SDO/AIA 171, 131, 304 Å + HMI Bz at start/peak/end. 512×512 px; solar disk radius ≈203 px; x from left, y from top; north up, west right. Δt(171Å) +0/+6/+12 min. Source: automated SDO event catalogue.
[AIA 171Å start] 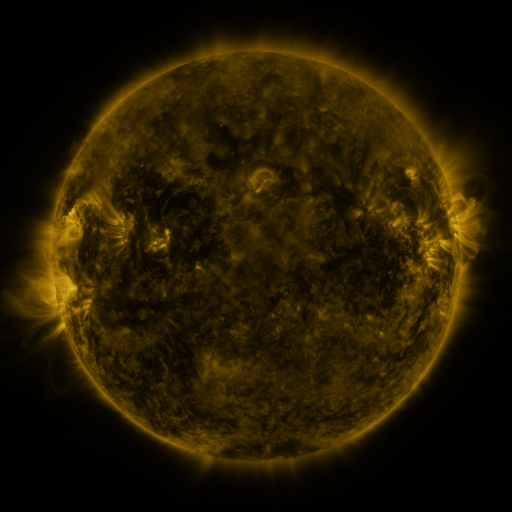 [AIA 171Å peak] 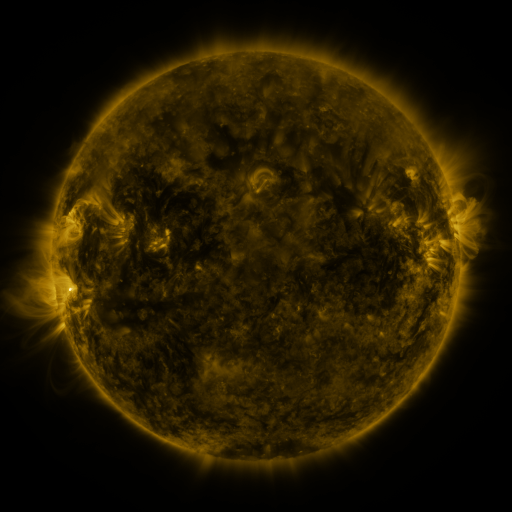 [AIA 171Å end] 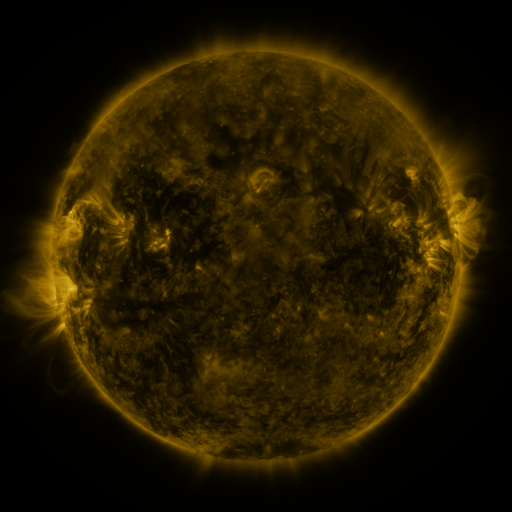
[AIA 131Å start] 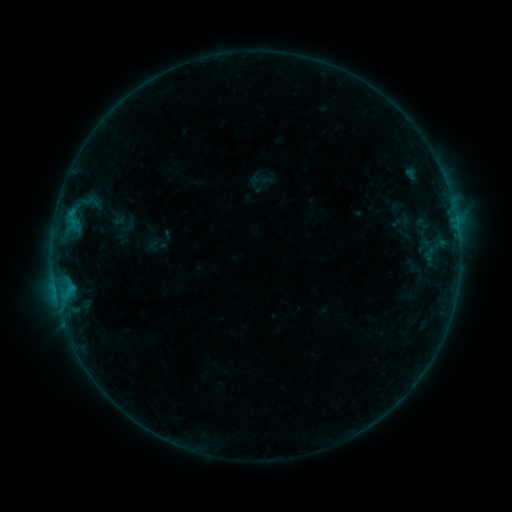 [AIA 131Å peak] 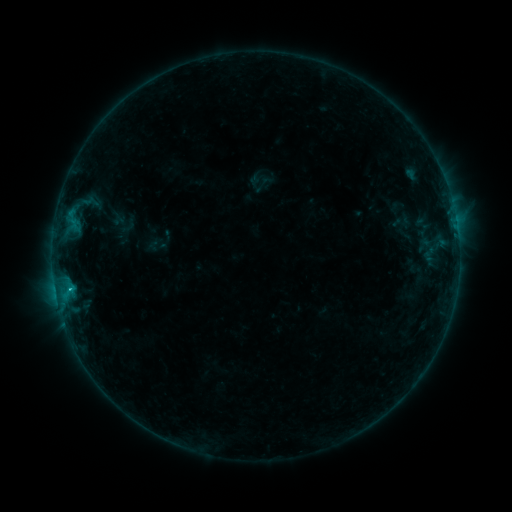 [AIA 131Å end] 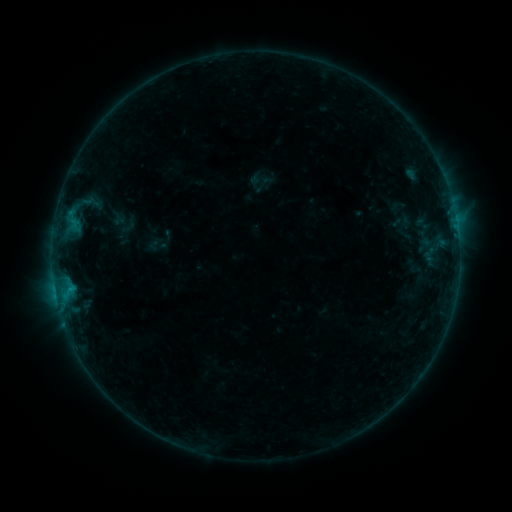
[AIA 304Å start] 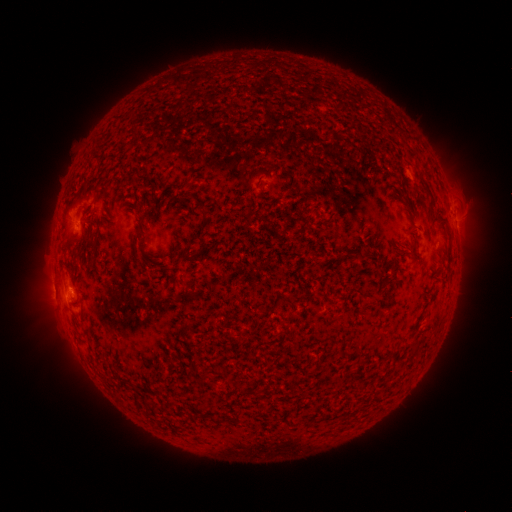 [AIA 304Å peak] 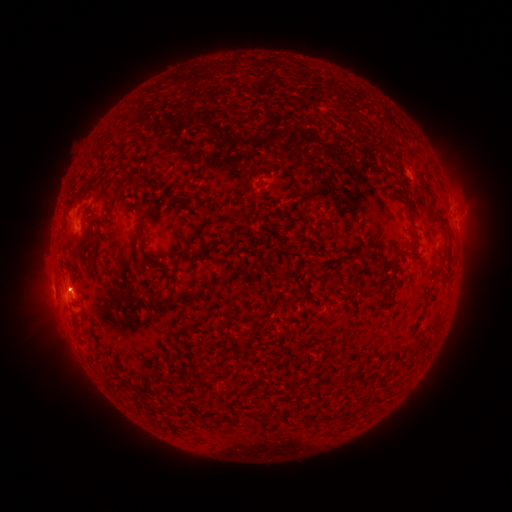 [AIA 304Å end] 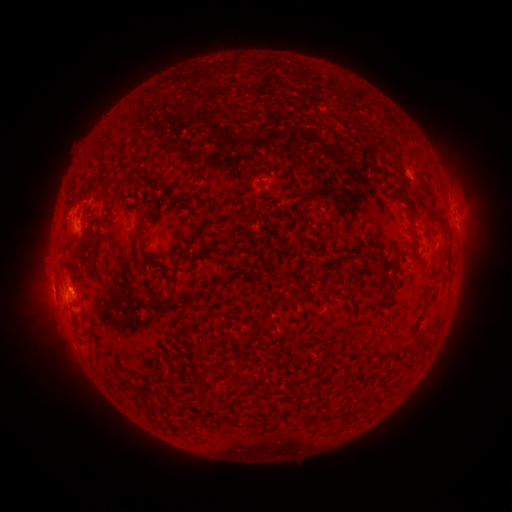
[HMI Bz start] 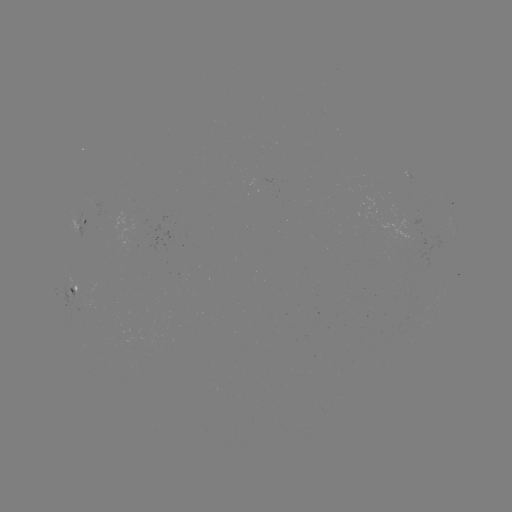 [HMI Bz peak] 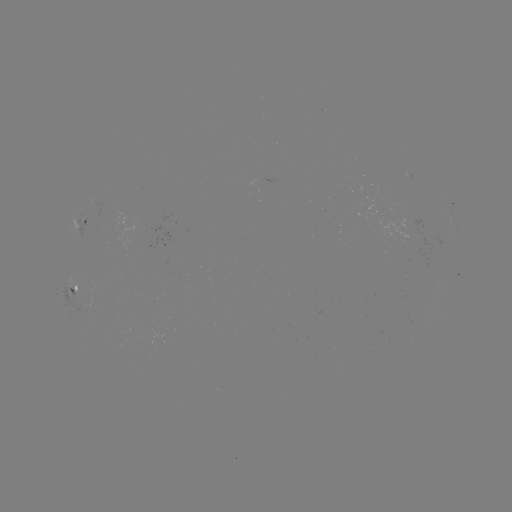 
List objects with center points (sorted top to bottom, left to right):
B5.6 flare: (70, 288)
